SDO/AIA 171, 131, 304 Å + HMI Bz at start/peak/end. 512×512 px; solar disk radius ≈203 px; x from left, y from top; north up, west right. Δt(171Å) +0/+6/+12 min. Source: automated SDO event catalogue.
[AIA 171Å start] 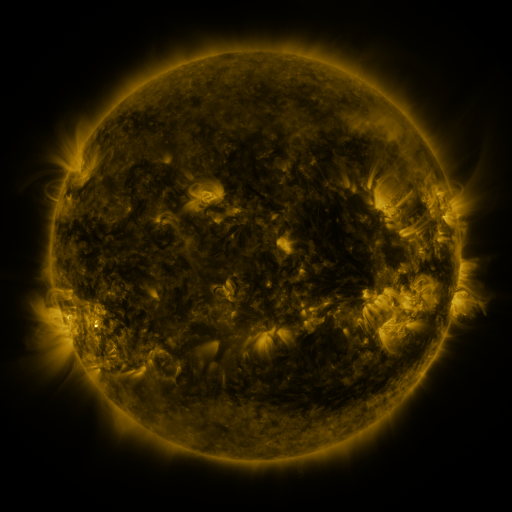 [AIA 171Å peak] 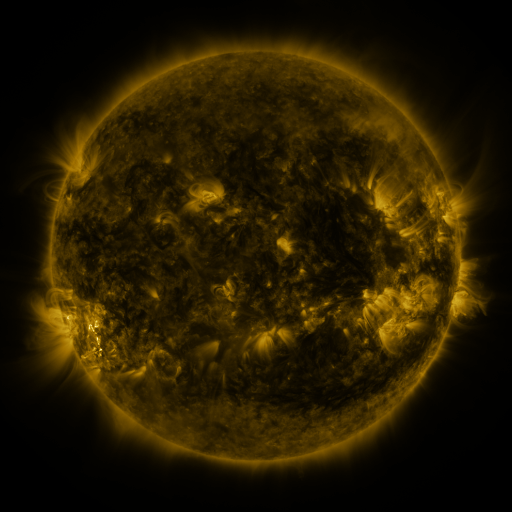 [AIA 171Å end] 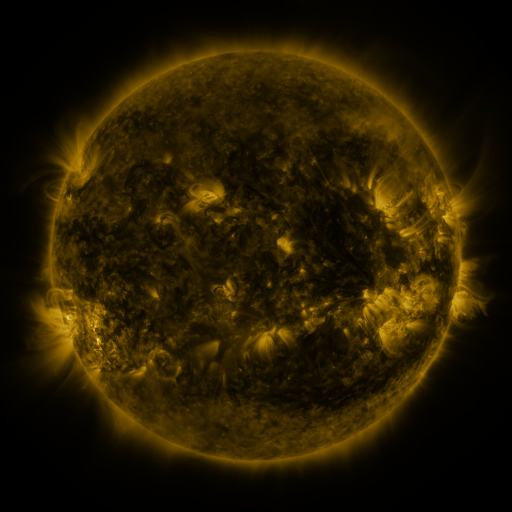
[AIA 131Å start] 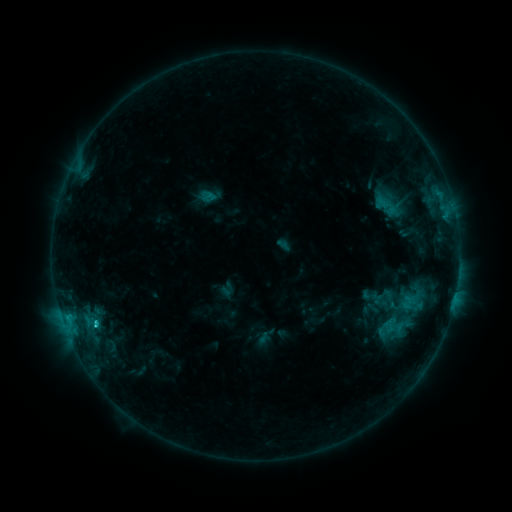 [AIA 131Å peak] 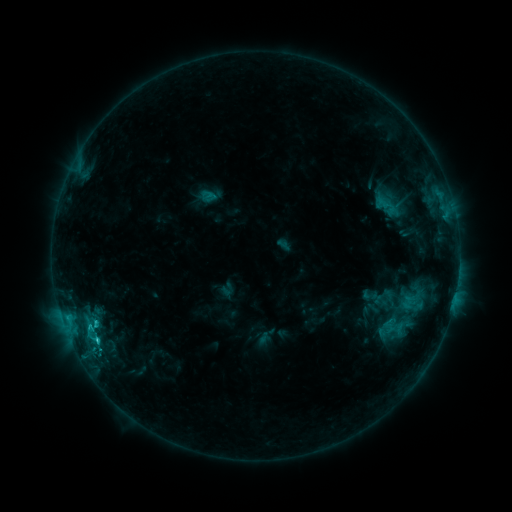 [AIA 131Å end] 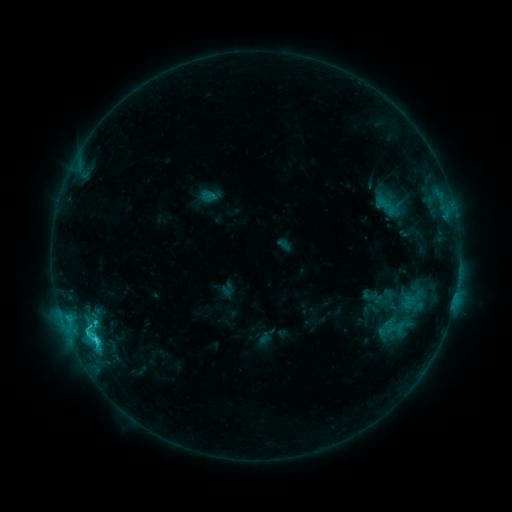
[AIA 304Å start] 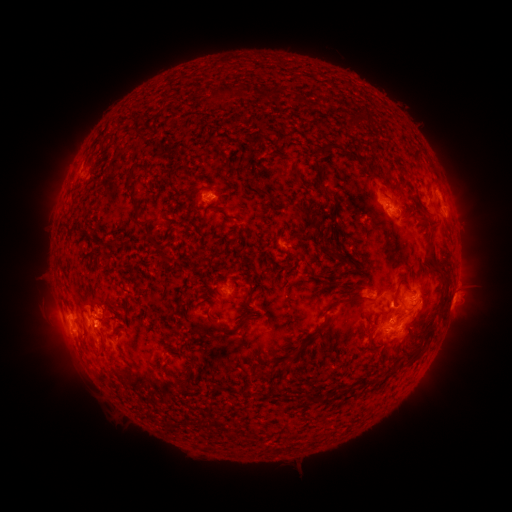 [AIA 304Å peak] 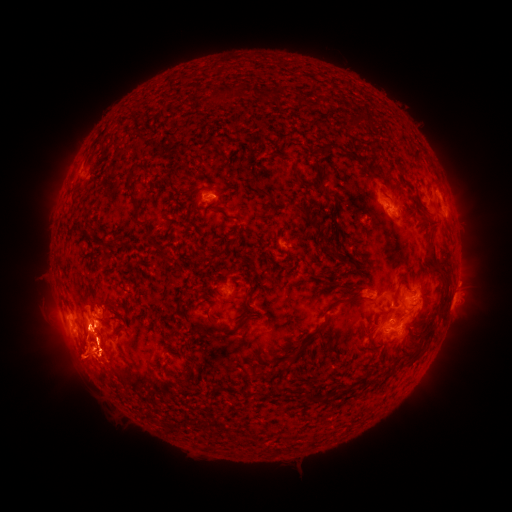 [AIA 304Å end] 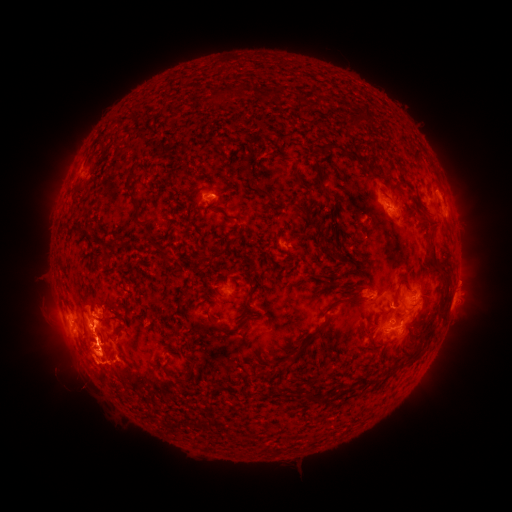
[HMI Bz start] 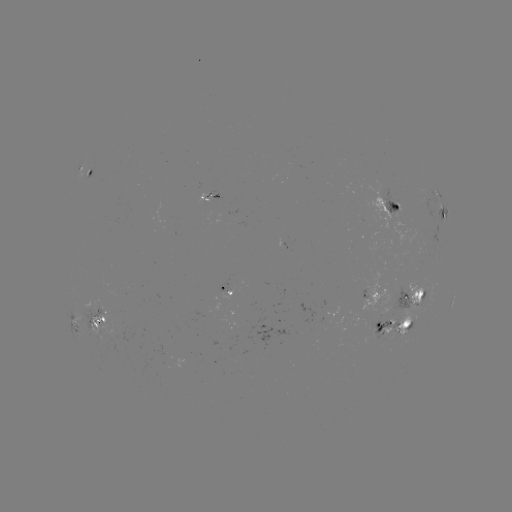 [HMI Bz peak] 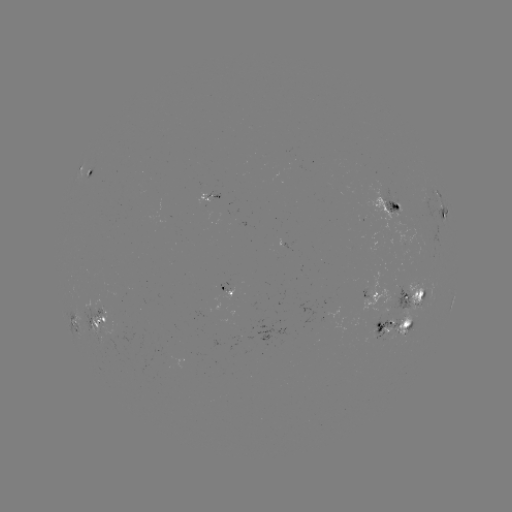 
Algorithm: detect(eruption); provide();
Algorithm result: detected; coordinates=[81, 360]